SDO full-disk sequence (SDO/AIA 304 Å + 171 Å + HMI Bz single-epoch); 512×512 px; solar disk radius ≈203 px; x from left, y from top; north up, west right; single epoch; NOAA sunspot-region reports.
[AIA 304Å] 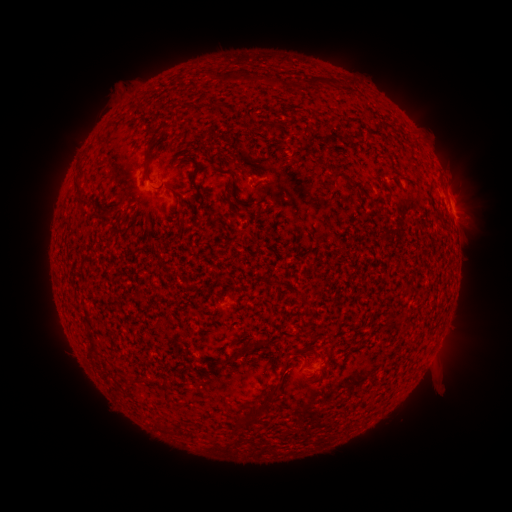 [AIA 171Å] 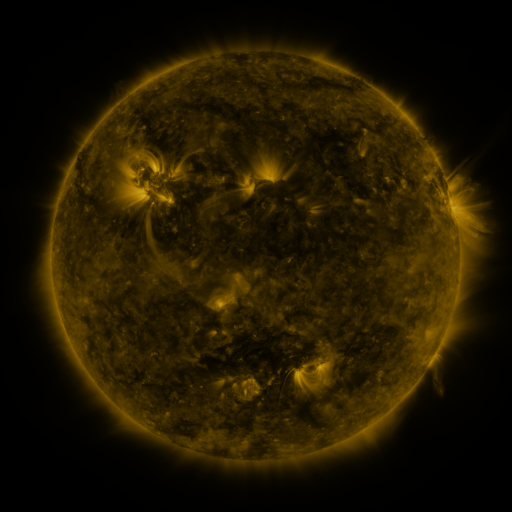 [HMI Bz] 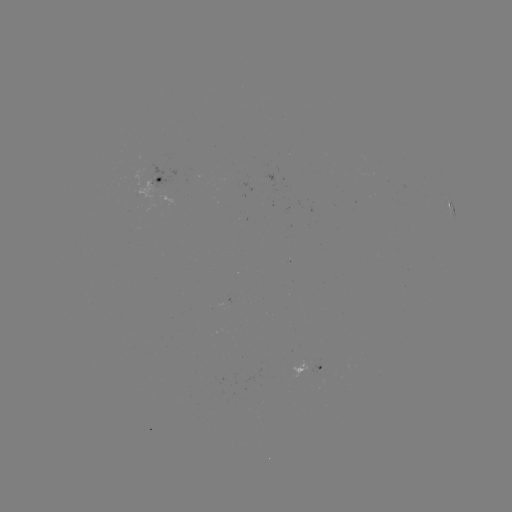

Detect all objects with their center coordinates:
spotted active region: (162, 179)
spotted active region: (447, 190)
spotted active region: (312, 367)
